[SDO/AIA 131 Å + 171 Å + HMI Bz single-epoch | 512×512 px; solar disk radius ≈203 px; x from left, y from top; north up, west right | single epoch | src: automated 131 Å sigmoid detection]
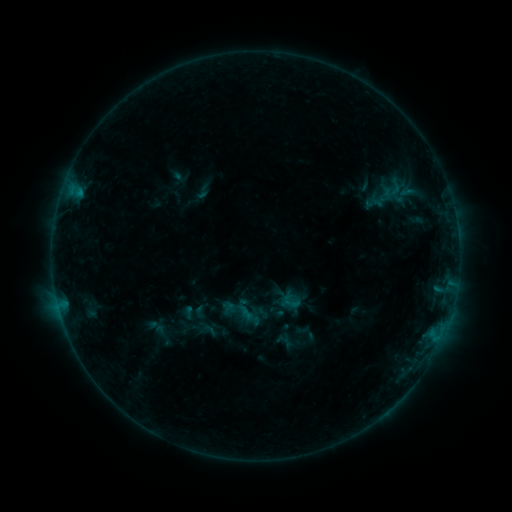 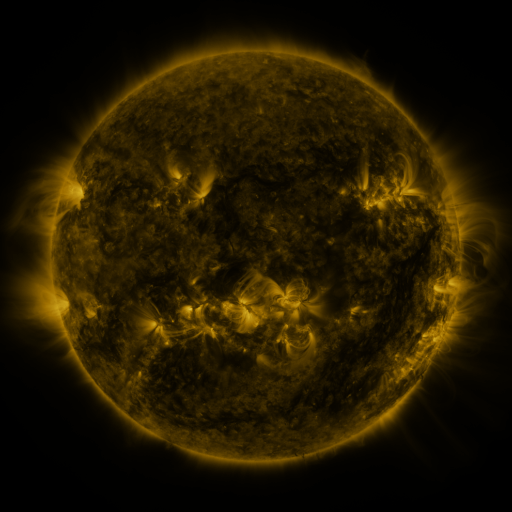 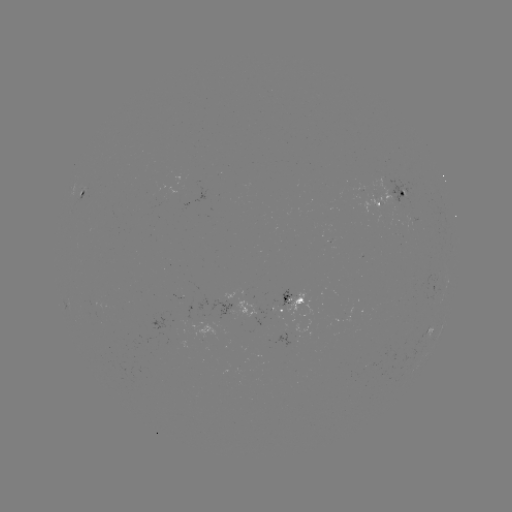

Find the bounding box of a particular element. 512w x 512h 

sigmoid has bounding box [281, 293, 300, 313].